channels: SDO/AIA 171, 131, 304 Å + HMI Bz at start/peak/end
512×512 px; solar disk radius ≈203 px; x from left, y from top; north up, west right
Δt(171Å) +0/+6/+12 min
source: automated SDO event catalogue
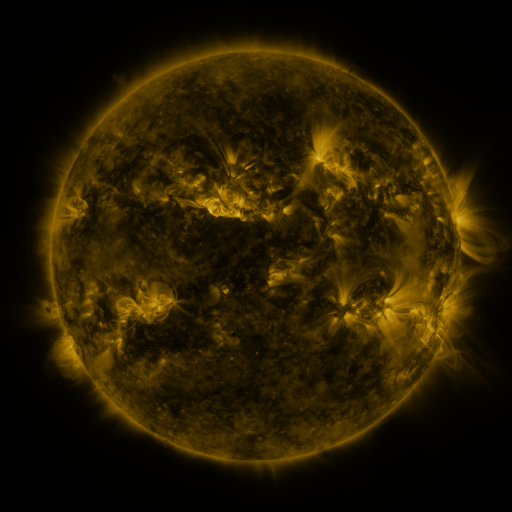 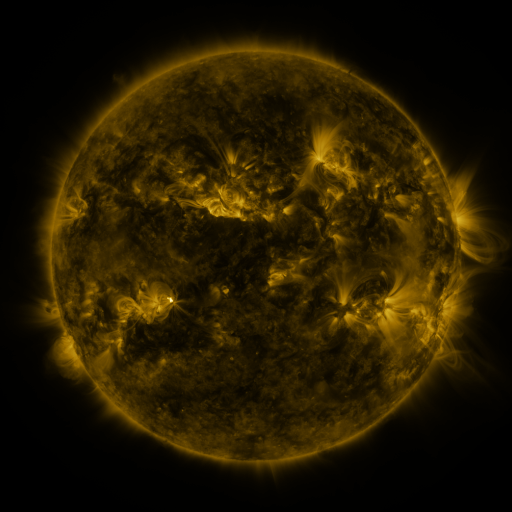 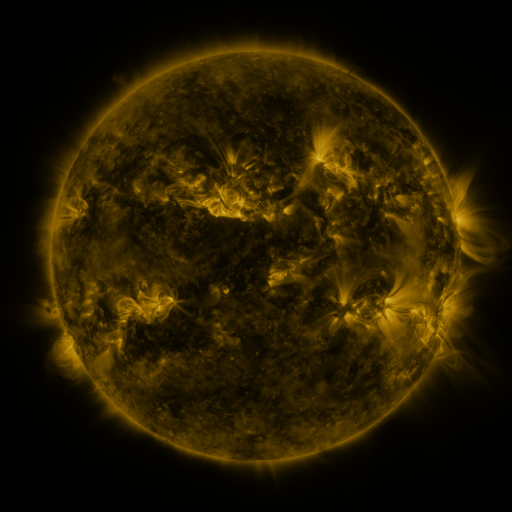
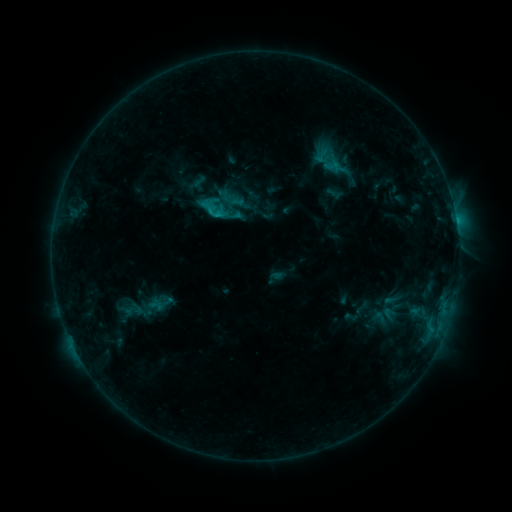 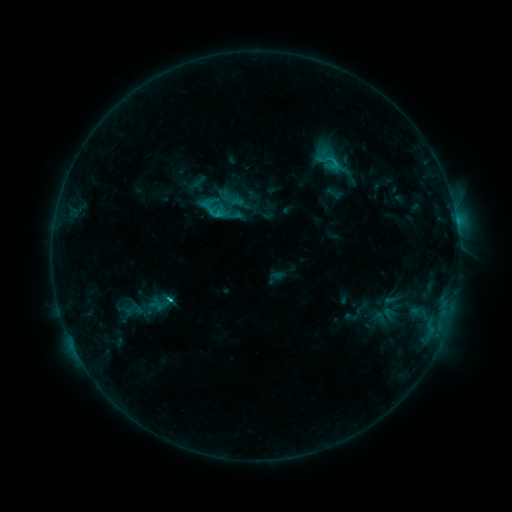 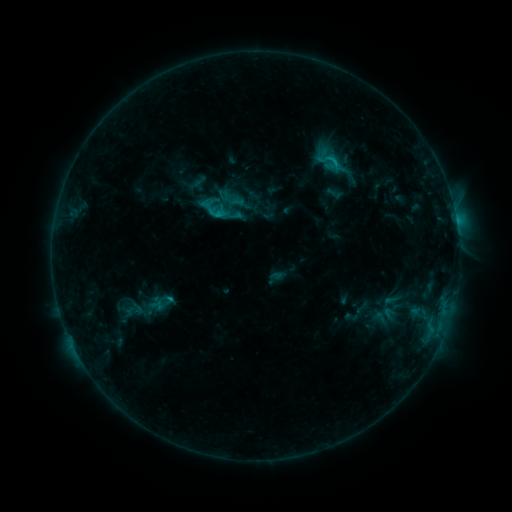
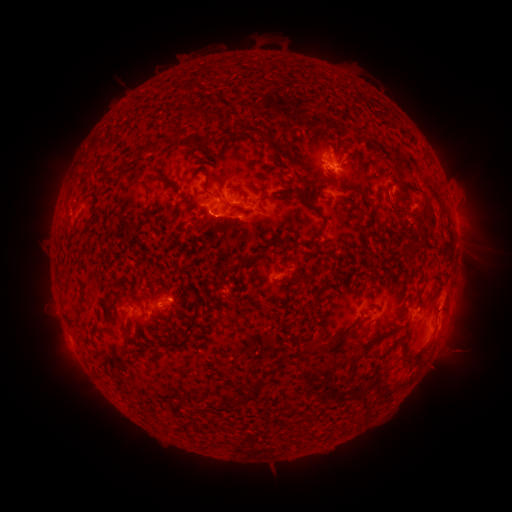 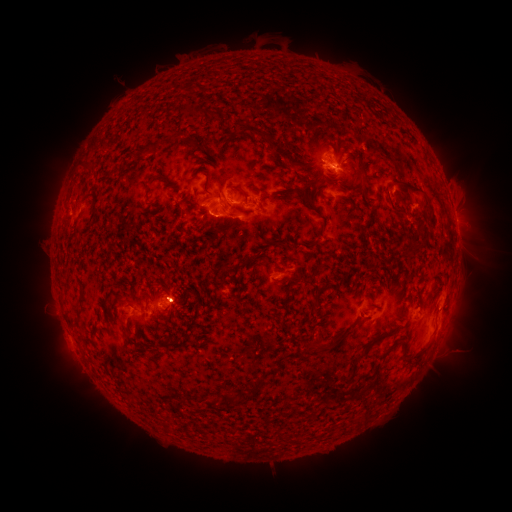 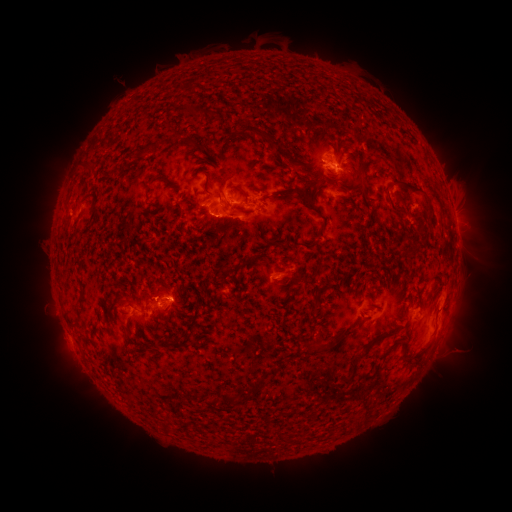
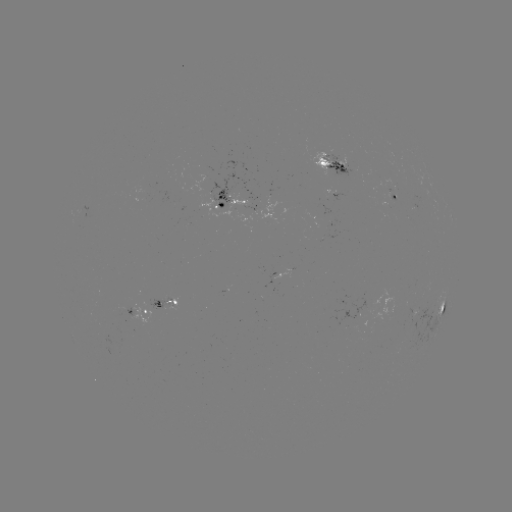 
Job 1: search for C4.2 flare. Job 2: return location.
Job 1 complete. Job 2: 170,297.